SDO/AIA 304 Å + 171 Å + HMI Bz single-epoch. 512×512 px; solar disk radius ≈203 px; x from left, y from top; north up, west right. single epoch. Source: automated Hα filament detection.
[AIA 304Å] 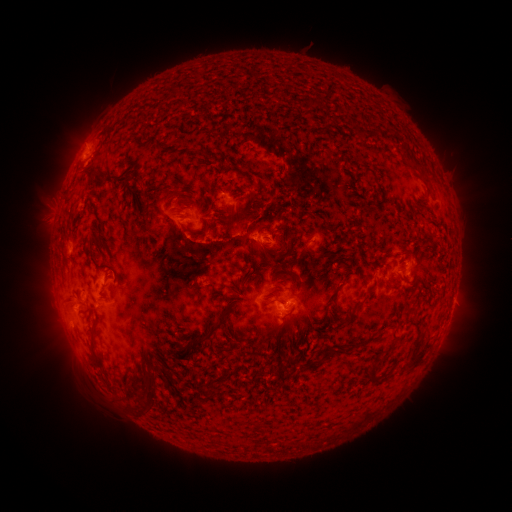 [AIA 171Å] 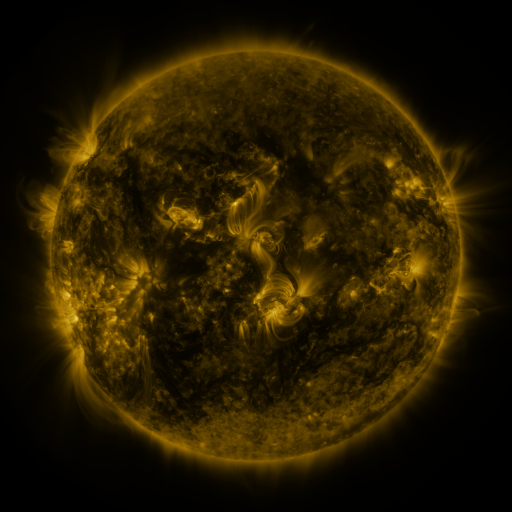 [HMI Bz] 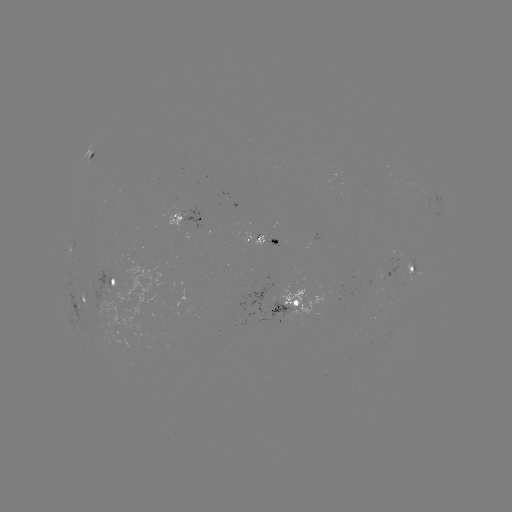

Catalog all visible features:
filament: (119, 177)
filament: (91, 178)
filament: (148, 205)
filament: (185, 227)
filament: (289, 254)
filament: (93, 255)
filament: (267, 257)
filament: (390, 287)
filament: (75, 295)
filament: (295, 304)
filament: (214, 327)
filament: (92, 333)
filament: (418, 356)
filament: (324, 357)
filament: (372, 370)
